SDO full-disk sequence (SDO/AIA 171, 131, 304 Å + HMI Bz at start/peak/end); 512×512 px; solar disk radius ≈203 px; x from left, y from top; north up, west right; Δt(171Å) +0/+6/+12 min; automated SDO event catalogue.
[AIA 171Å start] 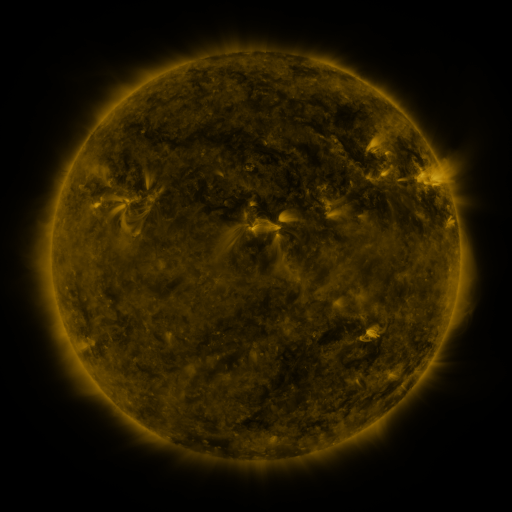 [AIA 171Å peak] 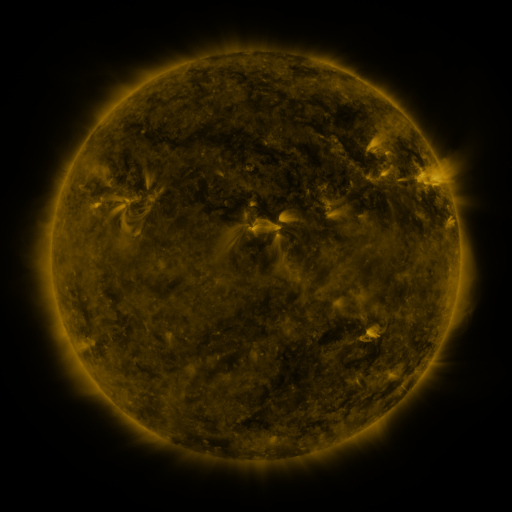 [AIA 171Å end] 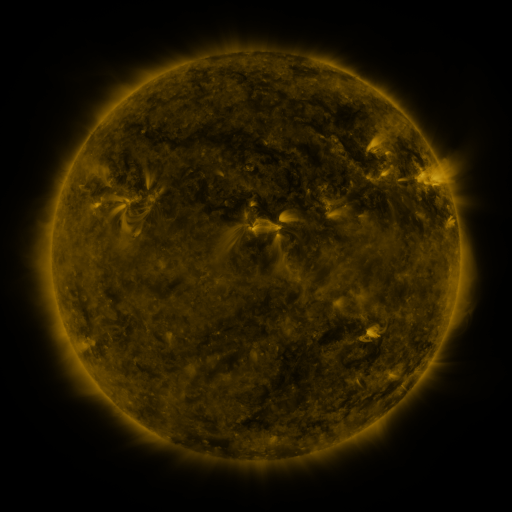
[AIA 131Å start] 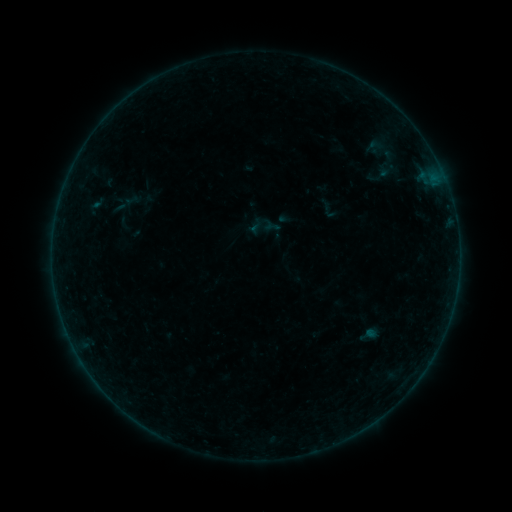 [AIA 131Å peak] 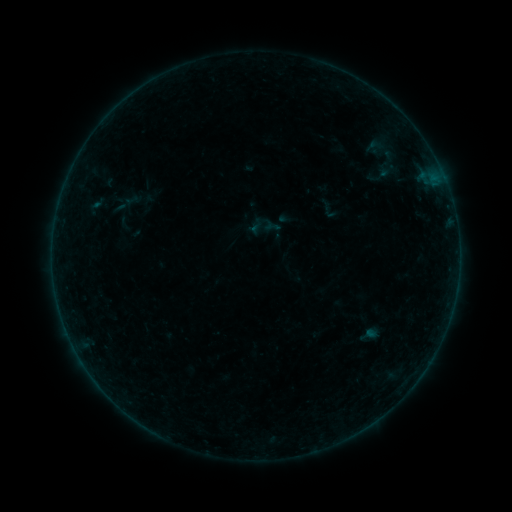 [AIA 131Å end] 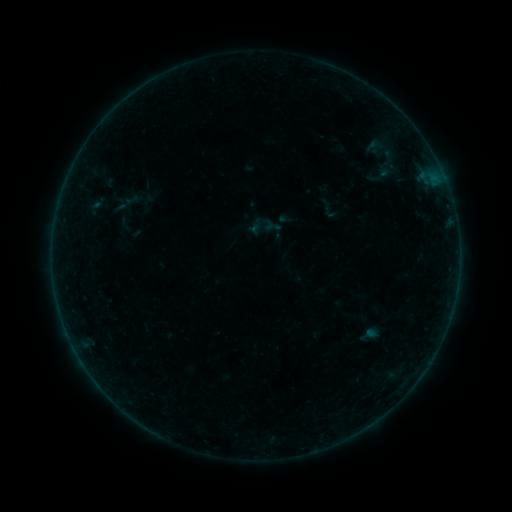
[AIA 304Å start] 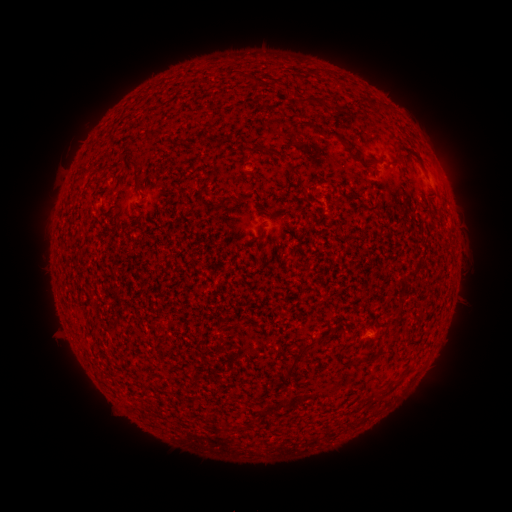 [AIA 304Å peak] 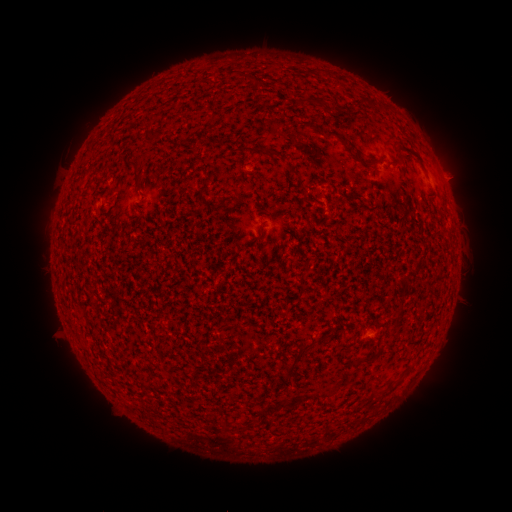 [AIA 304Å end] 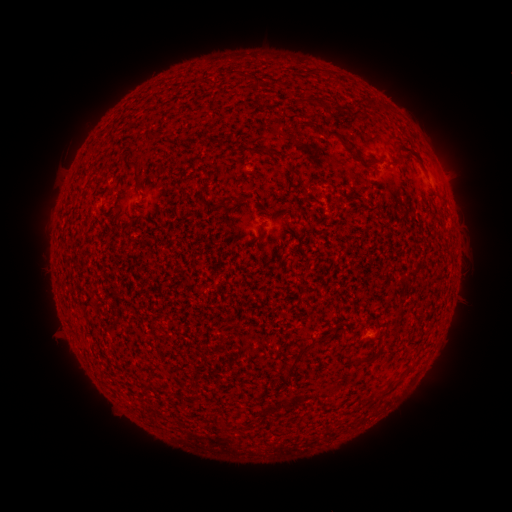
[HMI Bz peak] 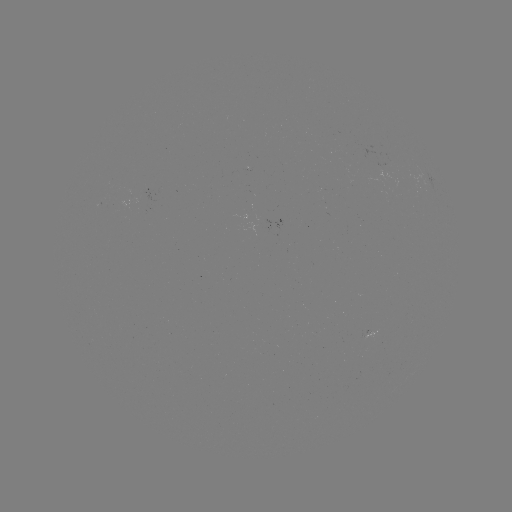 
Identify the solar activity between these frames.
eruption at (456, 176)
